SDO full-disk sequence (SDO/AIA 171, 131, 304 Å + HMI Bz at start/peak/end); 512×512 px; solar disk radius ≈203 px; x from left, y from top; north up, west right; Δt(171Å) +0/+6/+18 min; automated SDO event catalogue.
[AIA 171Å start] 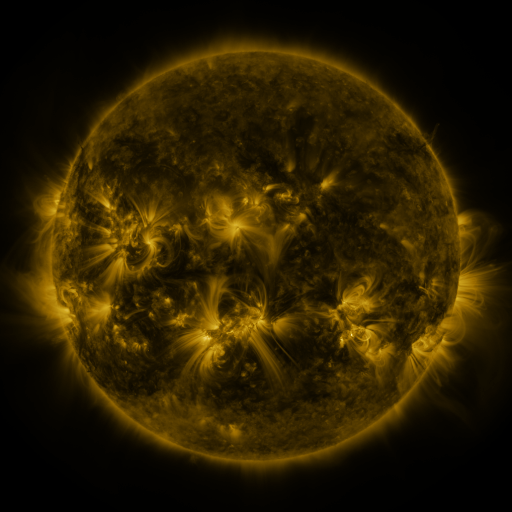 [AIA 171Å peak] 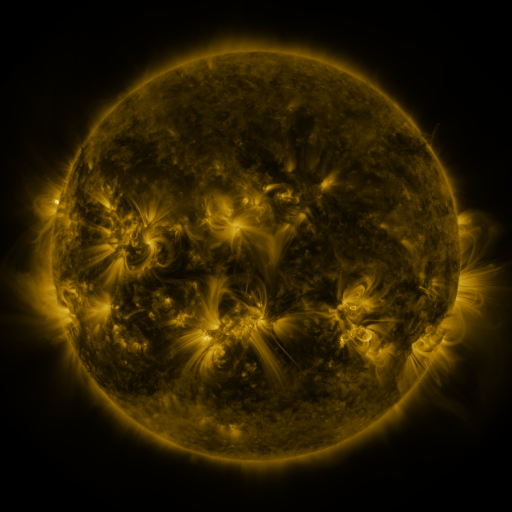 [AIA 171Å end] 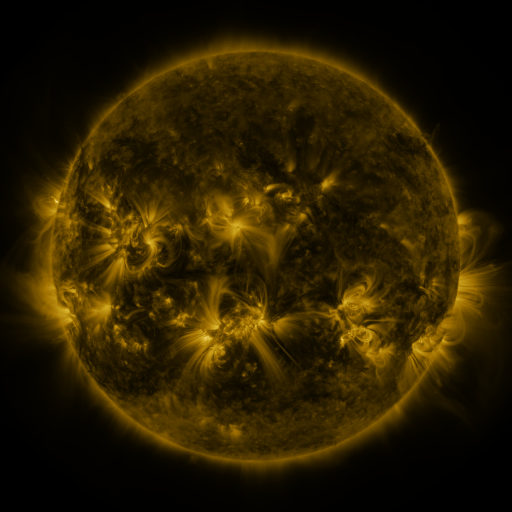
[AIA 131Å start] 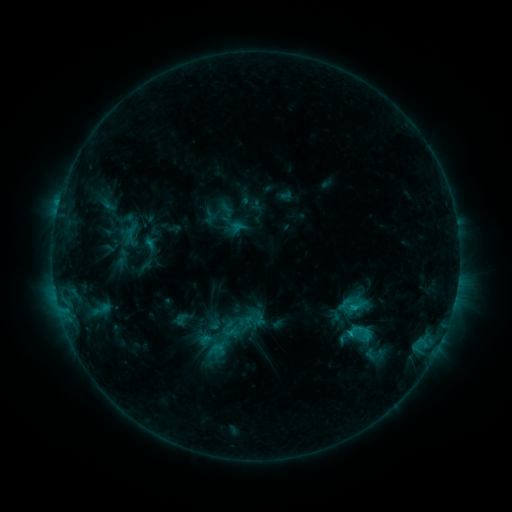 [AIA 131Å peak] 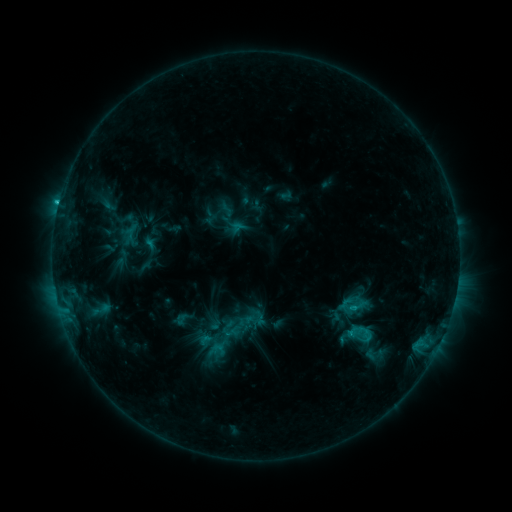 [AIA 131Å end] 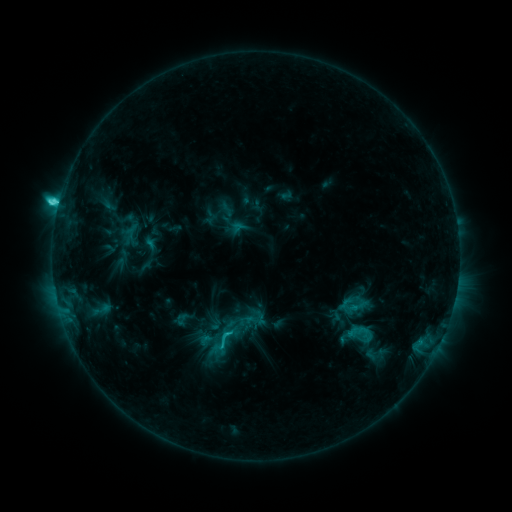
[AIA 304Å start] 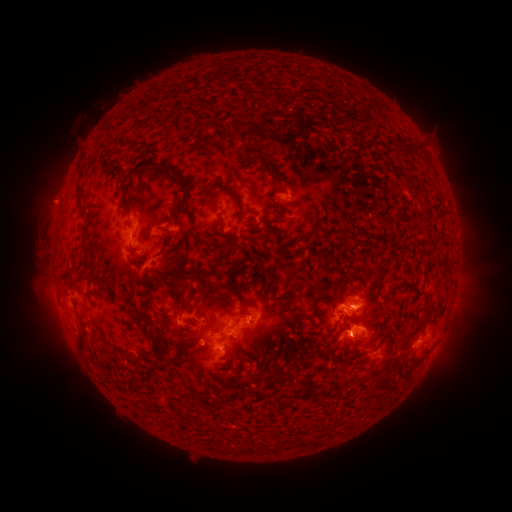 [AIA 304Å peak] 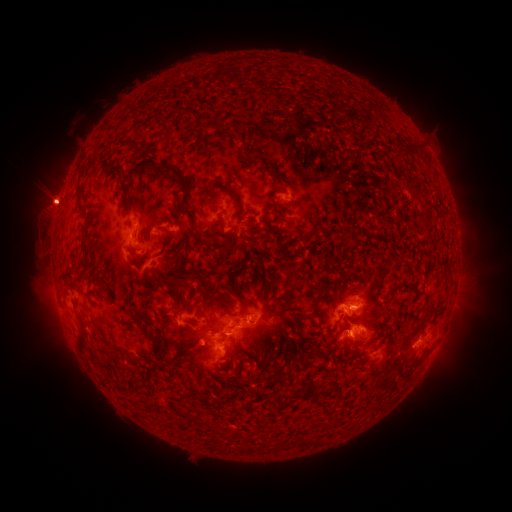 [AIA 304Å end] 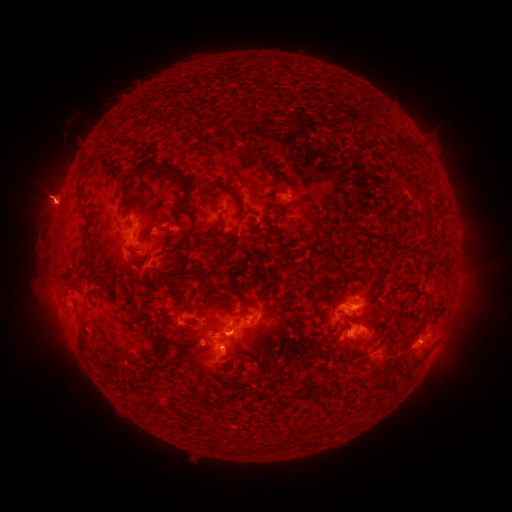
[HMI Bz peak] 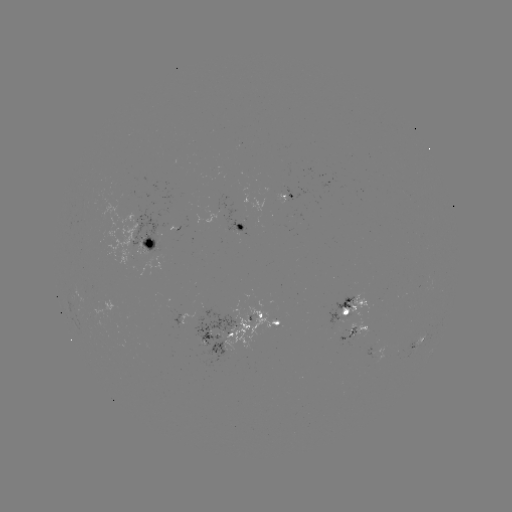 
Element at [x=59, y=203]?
C8.6 flare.